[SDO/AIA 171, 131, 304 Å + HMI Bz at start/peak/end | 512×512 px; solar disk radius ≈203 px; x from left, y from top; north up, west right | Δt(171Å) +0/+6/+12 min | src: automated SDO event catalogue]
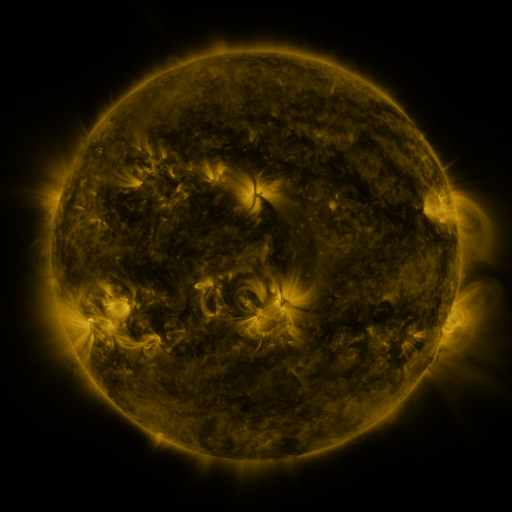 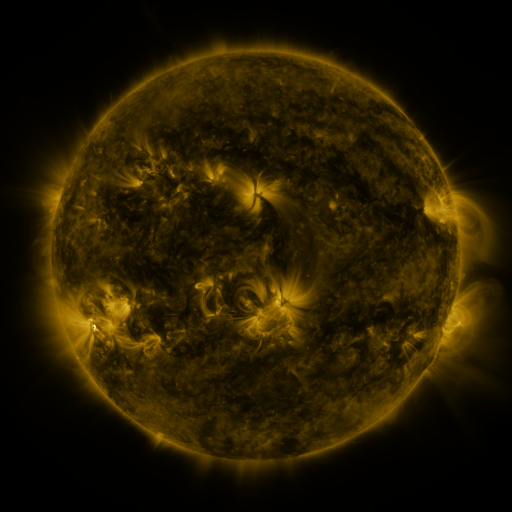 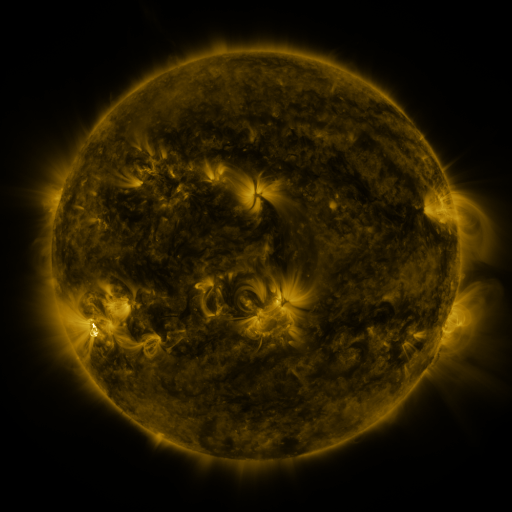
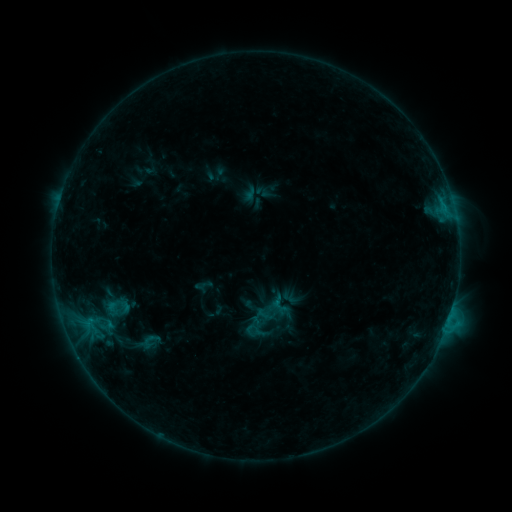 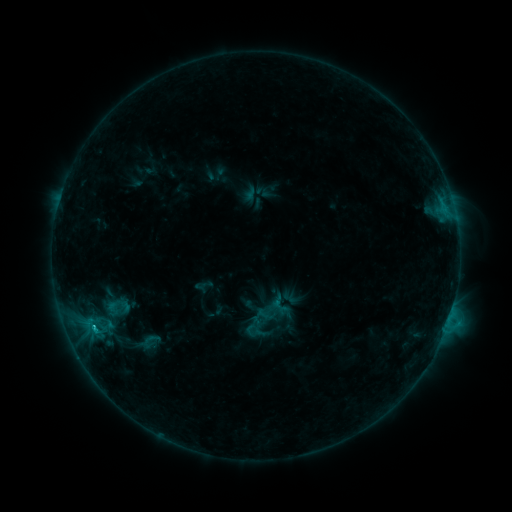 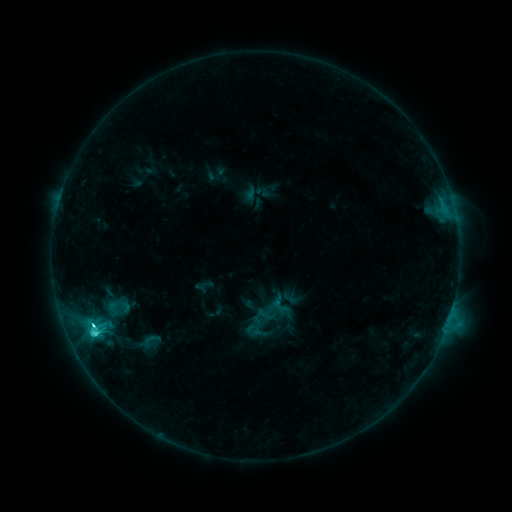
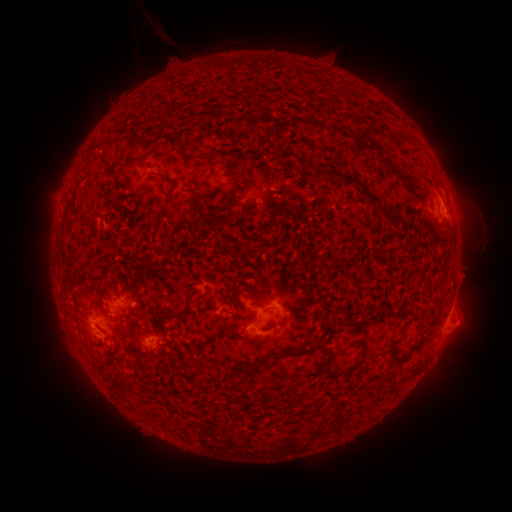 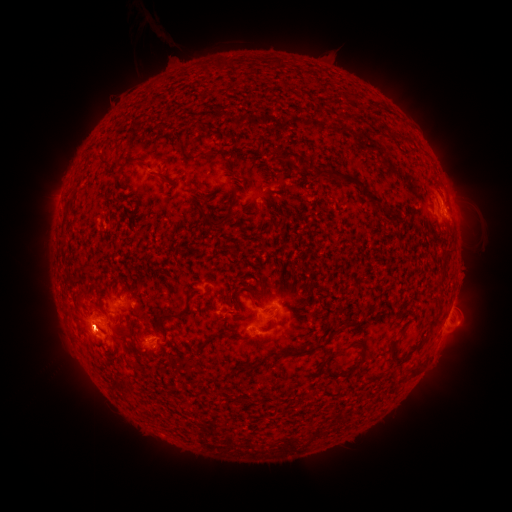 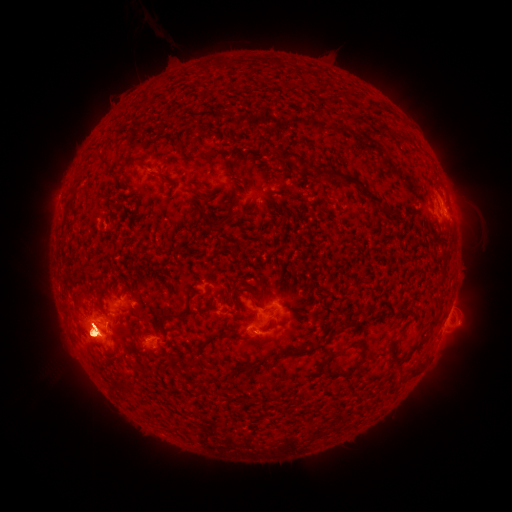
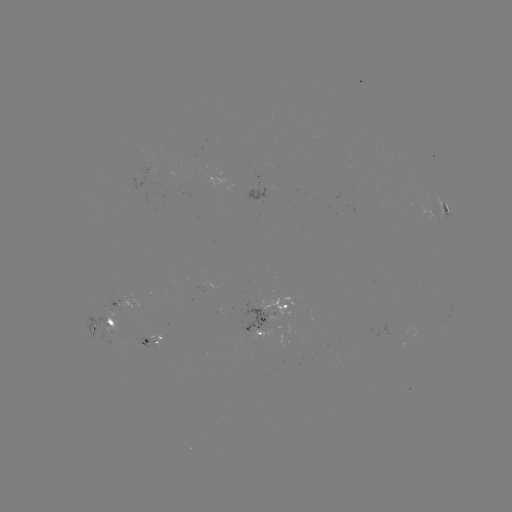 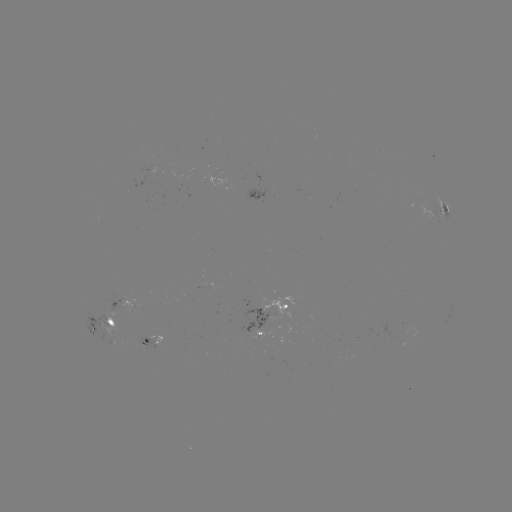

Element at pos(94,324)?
C5.6 flare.